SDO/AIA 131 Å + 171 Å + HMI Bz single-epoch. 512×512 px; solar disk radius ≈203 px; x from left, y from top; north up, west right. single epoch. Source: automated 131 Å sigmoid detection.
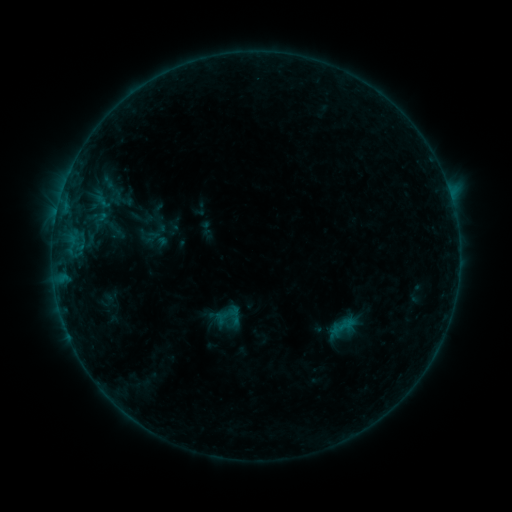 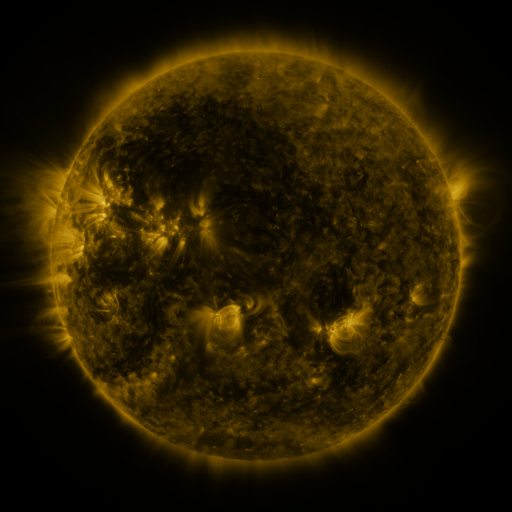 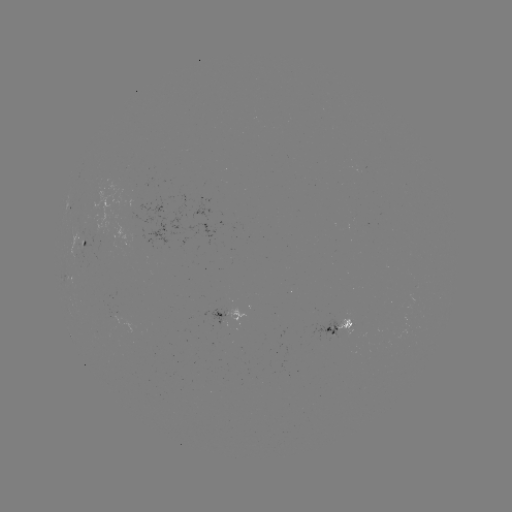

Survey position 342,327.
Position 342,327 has sigmoid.